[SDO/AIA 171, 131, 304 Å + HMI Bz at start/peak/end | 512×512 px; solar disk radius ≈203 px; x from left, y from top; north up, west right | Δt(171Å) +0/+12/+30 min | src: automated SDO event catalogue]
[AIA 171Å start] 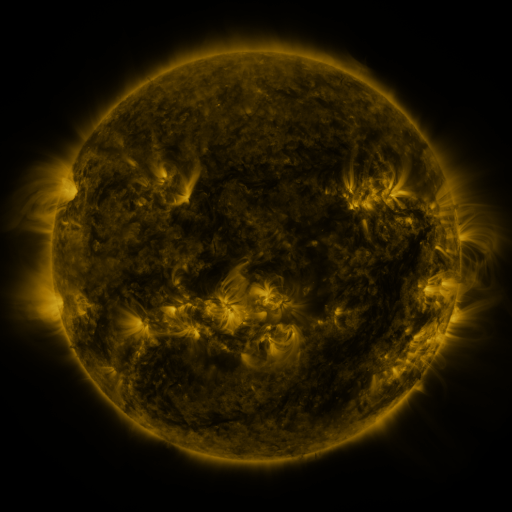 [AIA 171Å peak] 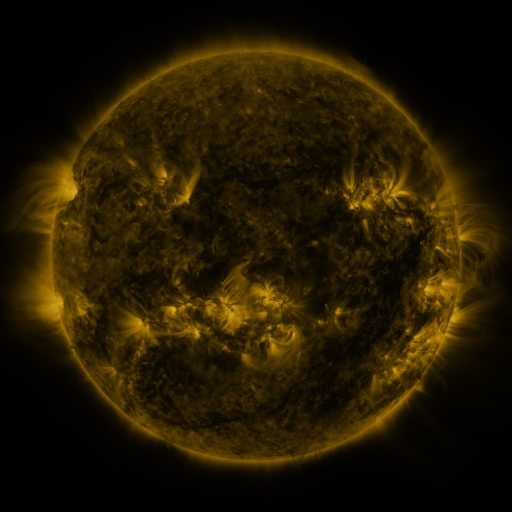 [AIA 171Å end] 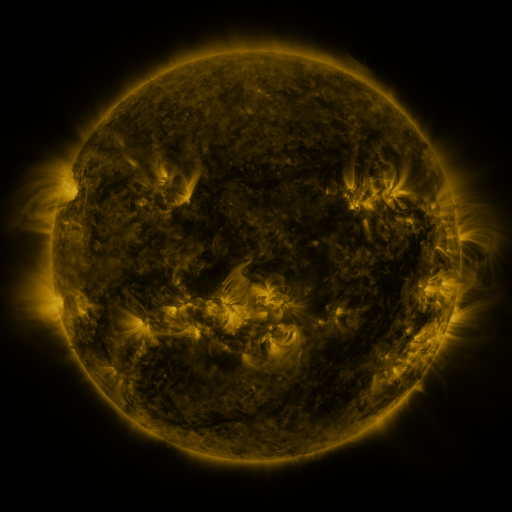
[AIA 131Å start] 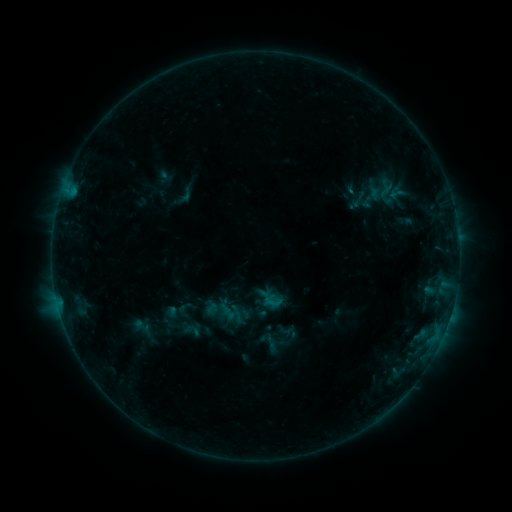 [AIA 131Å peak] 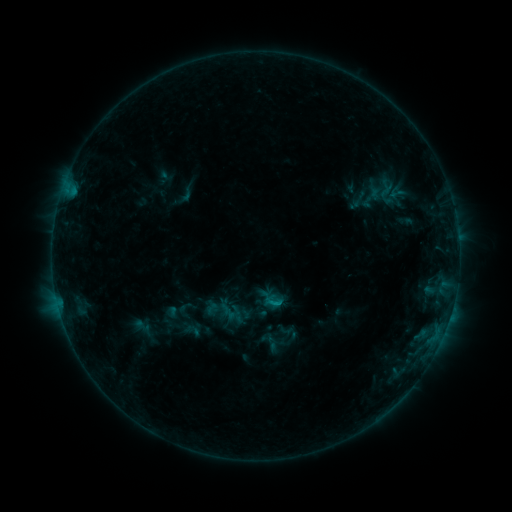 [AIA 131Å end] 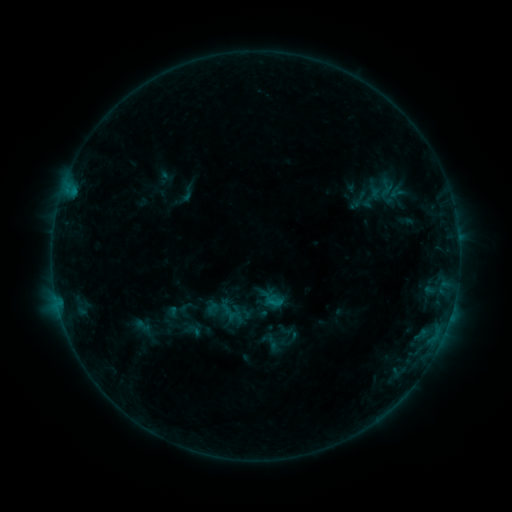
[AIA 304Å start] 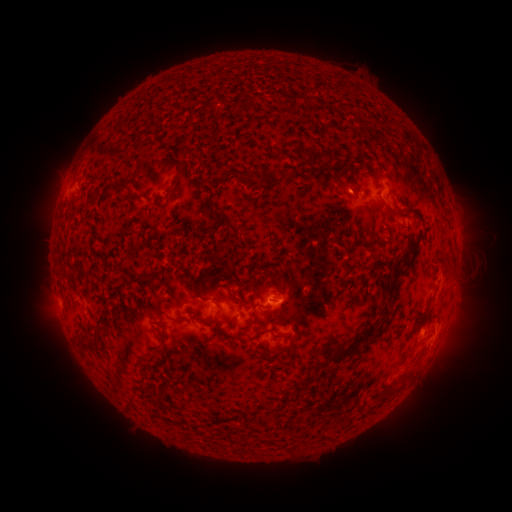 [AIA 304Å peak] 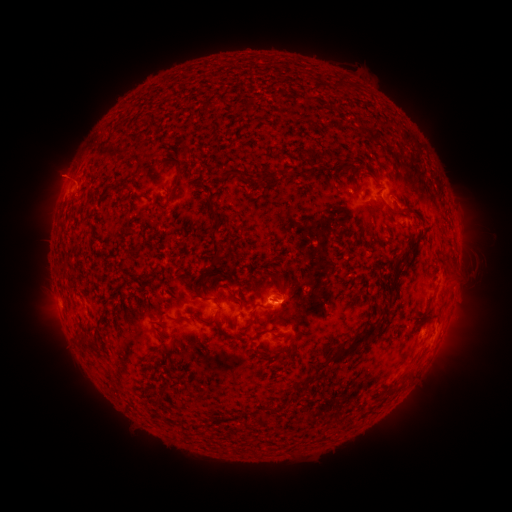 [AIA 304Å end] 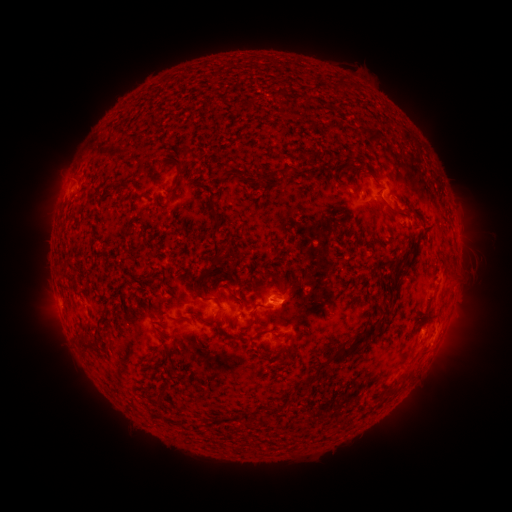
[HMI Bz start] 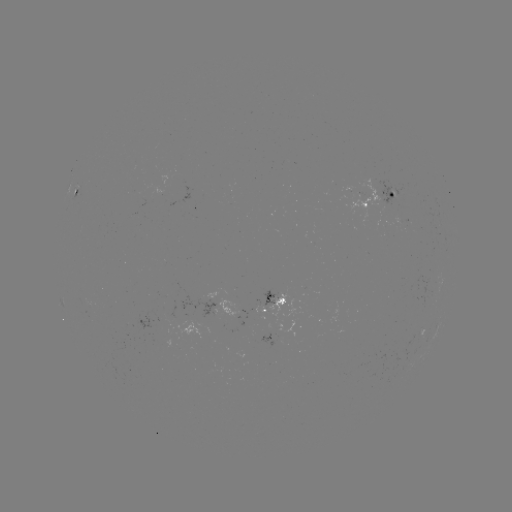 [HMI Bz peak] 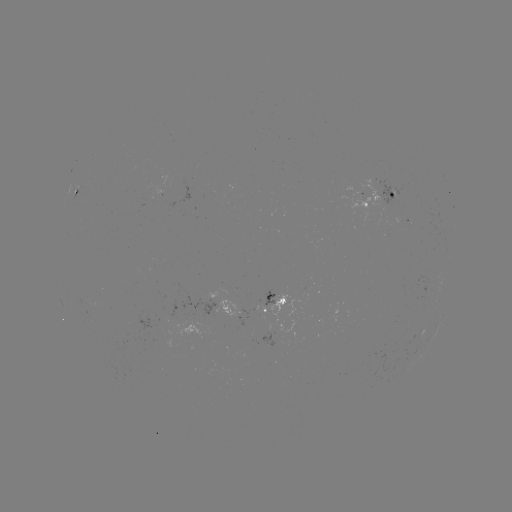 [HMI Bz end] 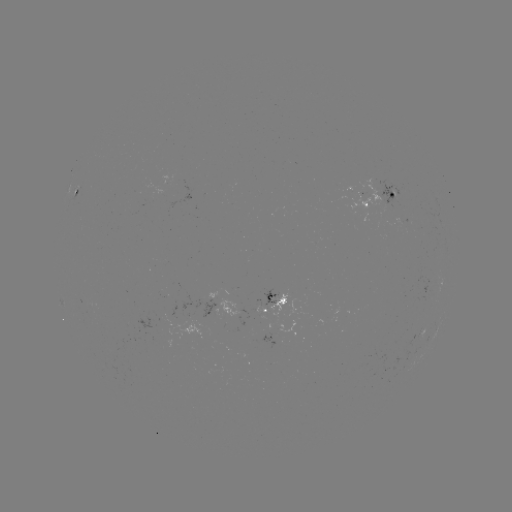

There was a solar flare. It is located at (273, 302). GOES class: B4.9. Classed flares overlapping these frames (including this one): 1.